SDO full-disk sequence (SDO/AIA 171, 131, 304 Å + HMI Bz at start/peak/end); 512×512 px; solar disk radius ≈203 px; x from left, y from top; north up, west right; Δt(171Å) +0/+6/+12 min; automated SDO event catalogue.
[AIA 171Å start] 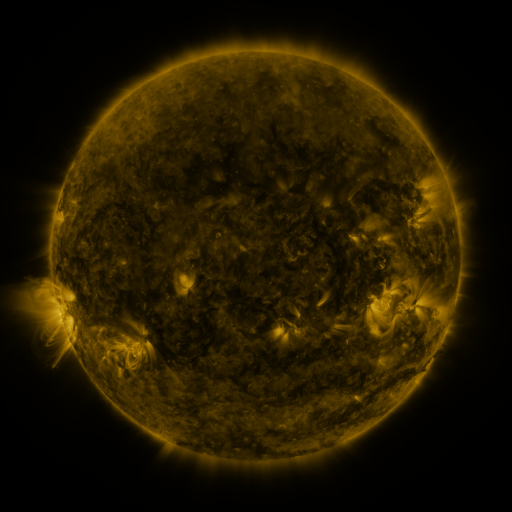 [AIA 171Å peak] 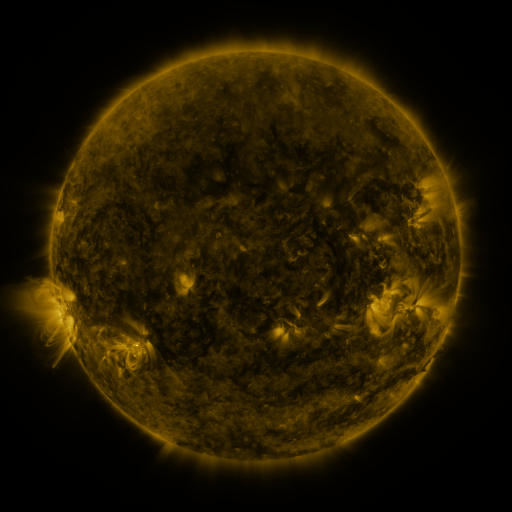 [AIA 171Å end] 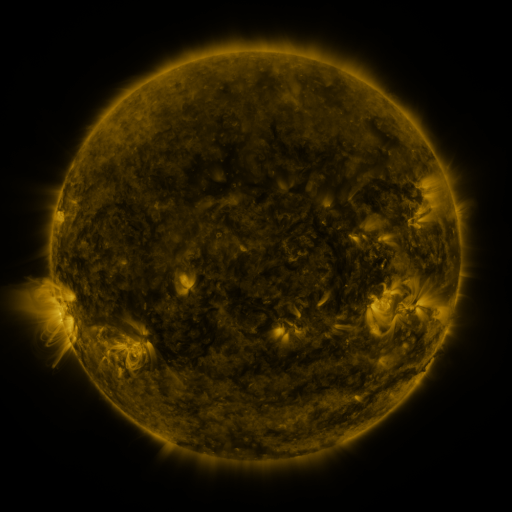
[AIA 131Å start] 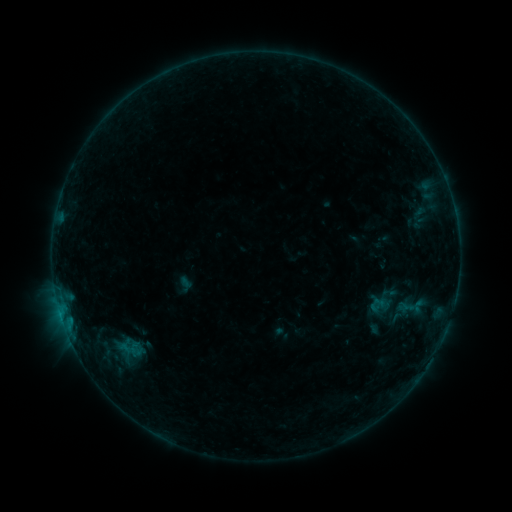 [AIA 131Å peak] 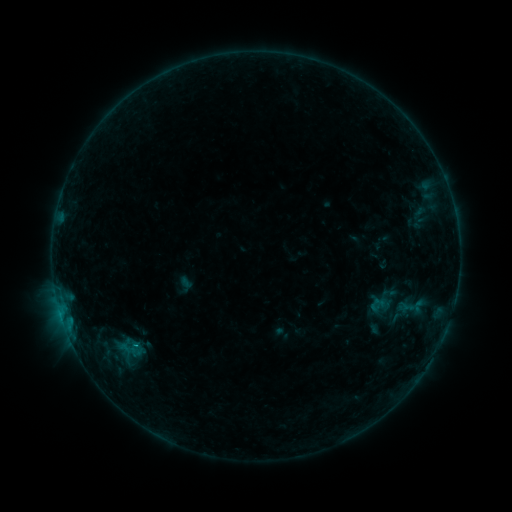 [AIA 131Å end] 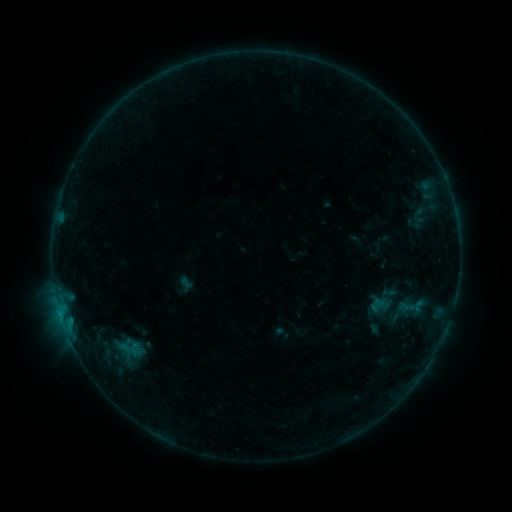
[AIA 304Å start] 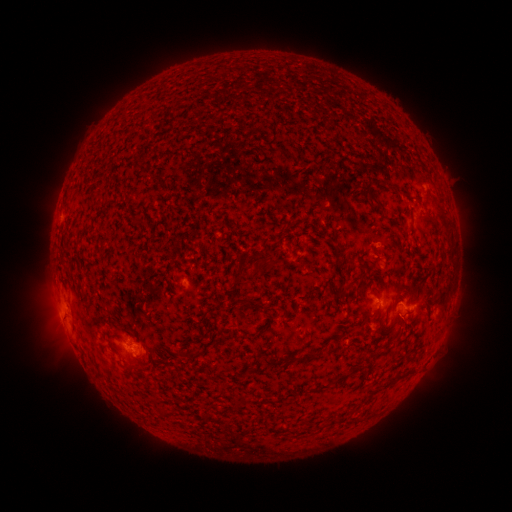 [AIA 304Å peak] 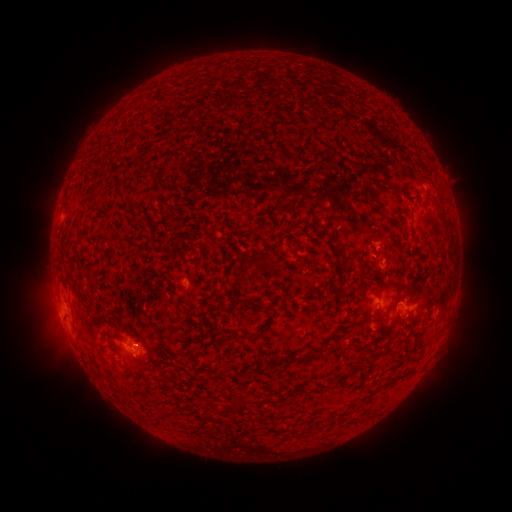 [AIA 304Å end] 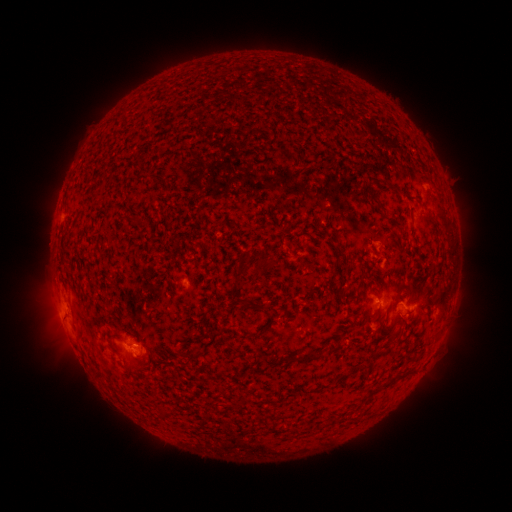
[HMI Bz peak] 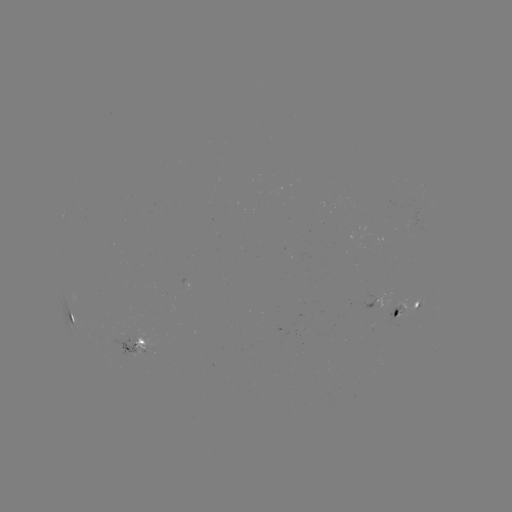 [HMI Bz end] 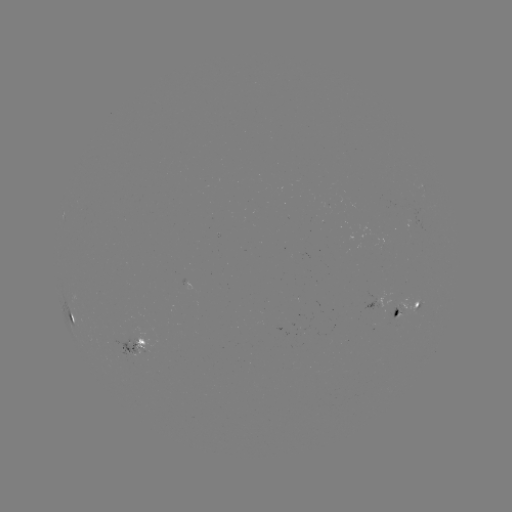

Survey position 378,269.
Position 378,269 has B3.5 flare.